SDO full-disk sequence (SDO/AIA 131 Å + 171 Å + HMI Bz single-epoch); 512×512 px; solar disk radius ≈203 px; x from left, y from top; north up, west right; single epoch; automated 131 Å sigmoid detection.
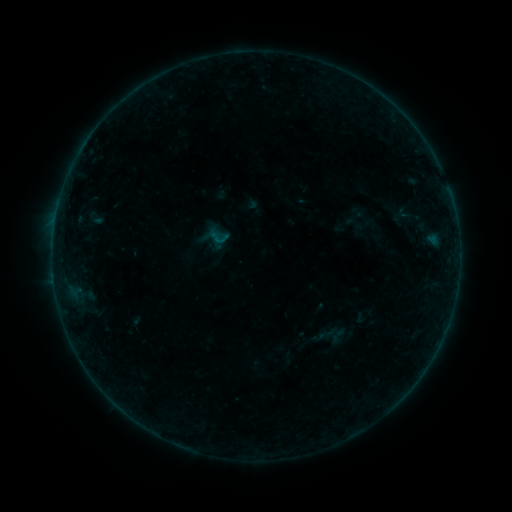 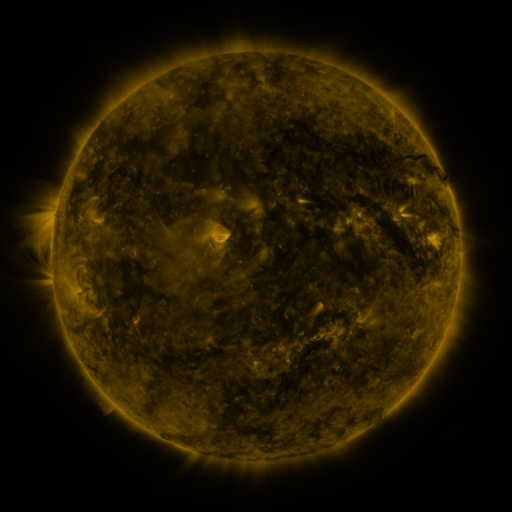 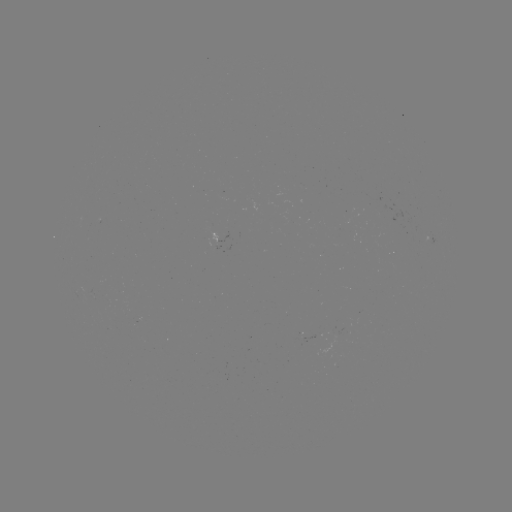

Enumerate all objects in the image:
sigmoid: (207, 225, 230, 248)
